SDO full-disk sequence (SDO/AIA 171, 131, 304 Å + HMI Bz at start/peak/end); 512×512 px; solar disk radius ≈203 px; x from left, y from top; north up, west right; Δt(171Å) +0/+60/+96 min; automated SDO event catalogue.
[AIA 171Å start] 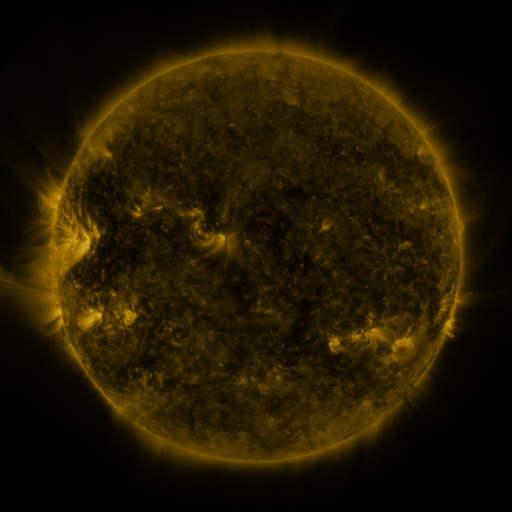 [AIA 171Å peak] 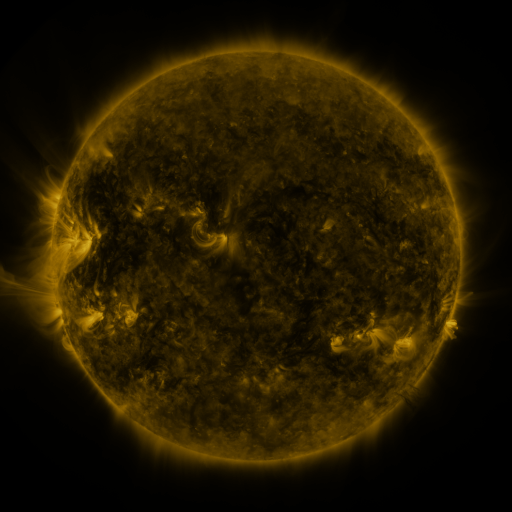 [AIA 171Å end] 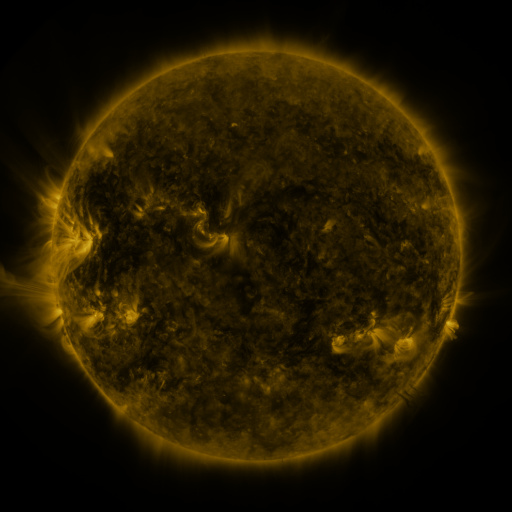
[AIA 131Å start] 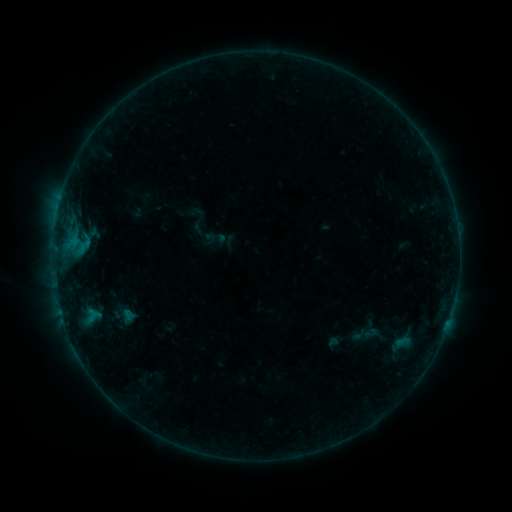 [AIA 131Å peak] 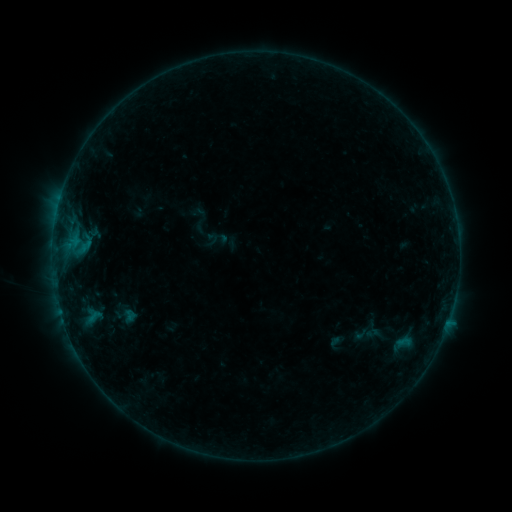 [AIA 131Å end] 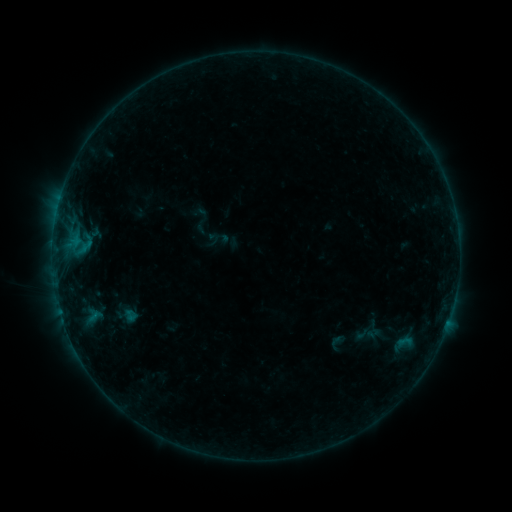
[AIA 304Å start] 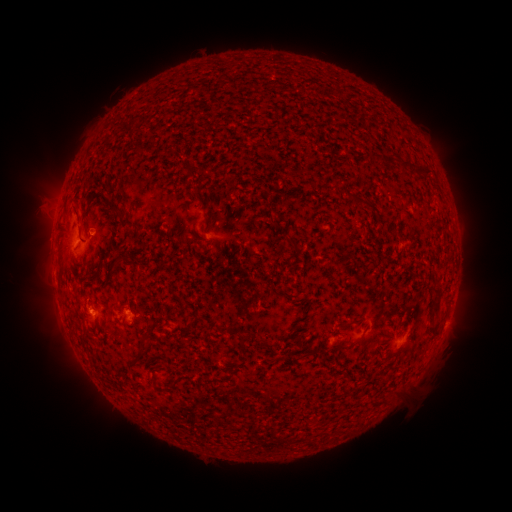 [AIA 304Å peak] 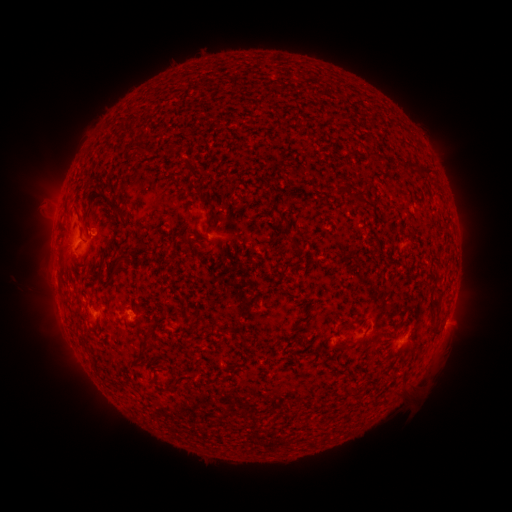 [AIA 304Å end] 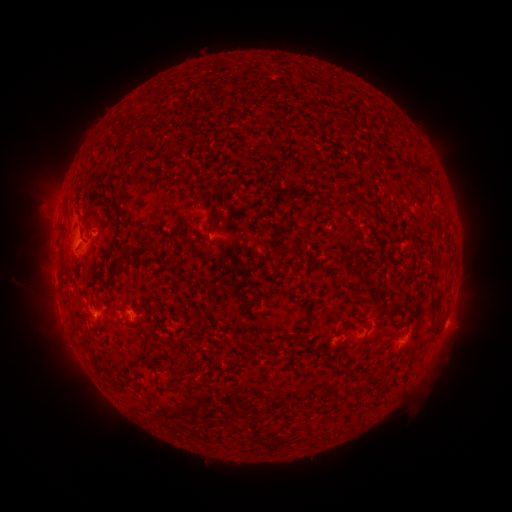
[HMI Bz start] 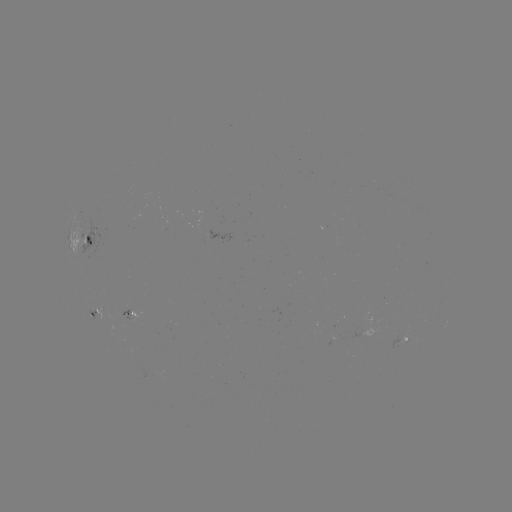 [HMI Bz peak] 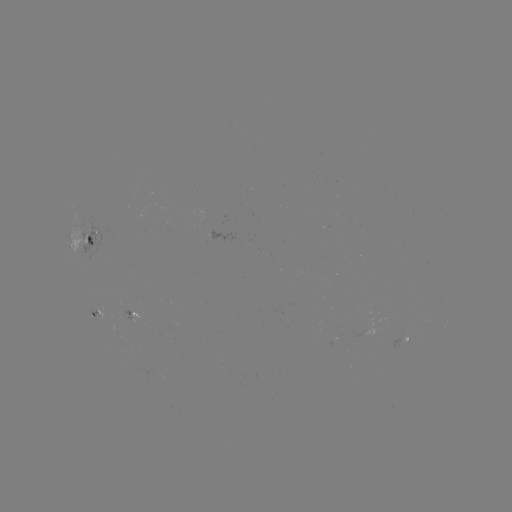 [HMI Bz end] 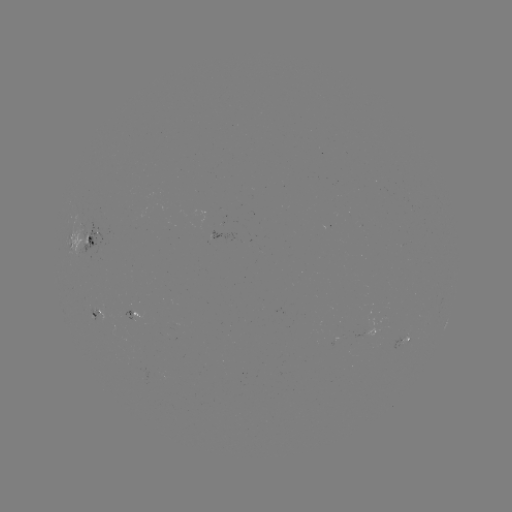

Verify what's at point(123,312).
emerging-flux region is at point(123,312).